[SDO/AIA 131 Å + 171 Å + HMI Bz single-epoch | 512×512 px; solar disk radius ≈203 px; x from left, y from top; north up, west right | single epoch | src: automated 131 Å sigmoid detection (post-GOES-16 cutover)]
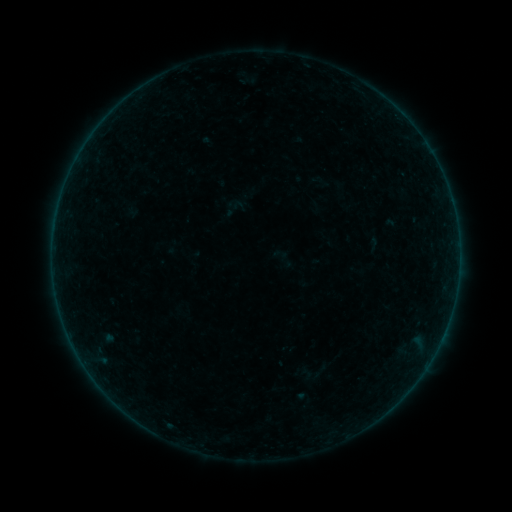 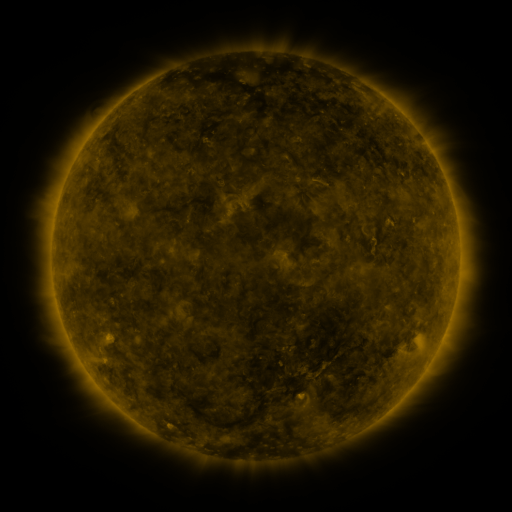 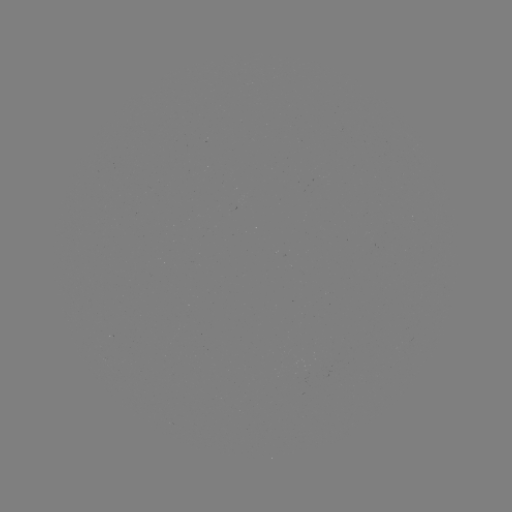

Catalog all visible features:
sigmoid: (308, 171, 333, 191)
